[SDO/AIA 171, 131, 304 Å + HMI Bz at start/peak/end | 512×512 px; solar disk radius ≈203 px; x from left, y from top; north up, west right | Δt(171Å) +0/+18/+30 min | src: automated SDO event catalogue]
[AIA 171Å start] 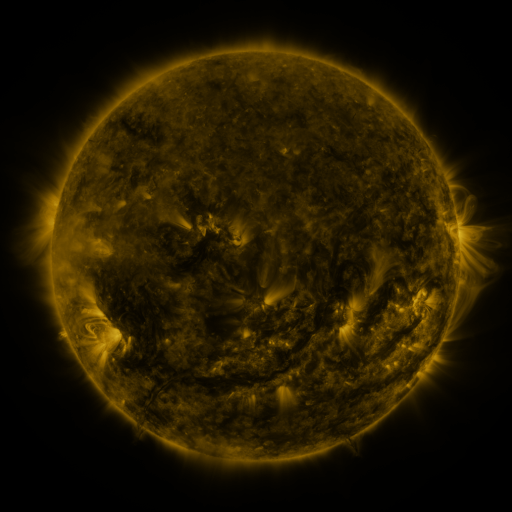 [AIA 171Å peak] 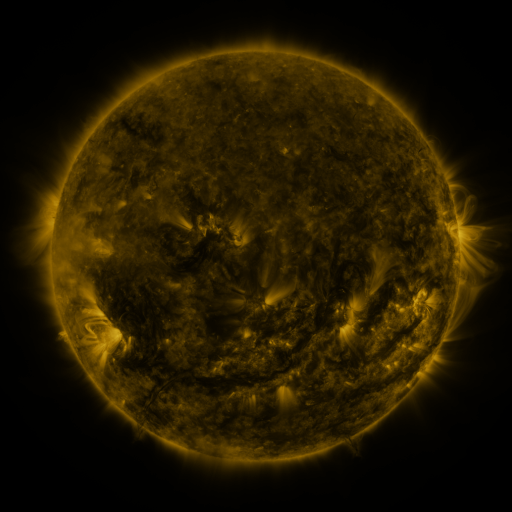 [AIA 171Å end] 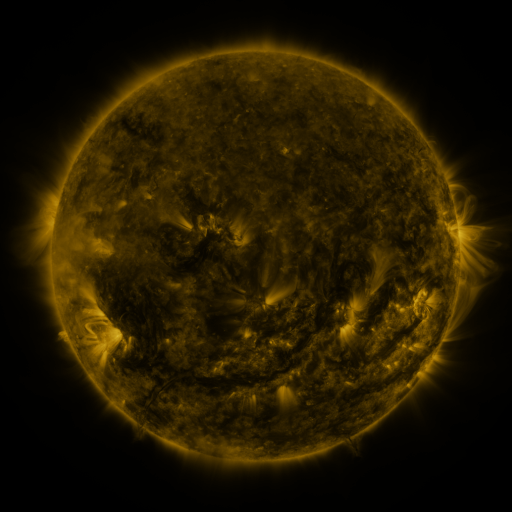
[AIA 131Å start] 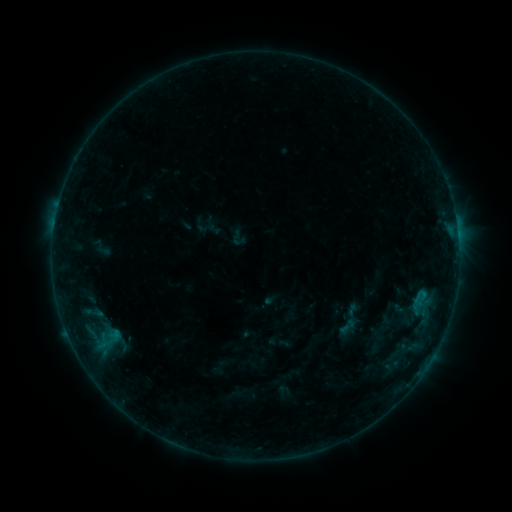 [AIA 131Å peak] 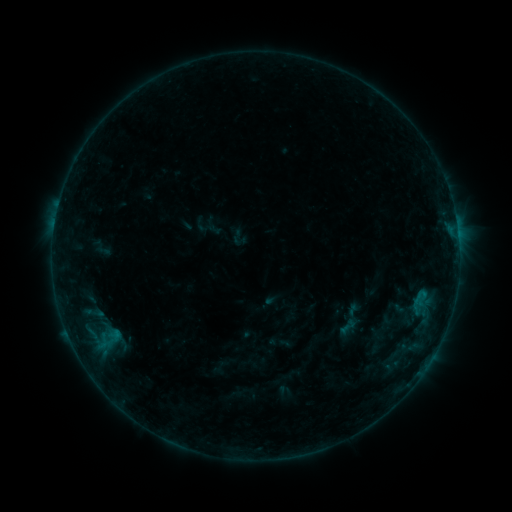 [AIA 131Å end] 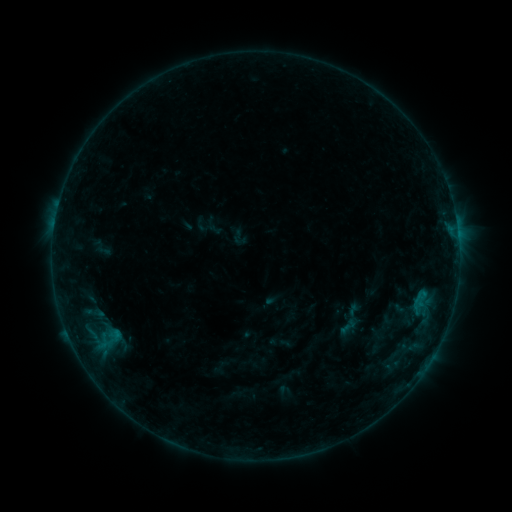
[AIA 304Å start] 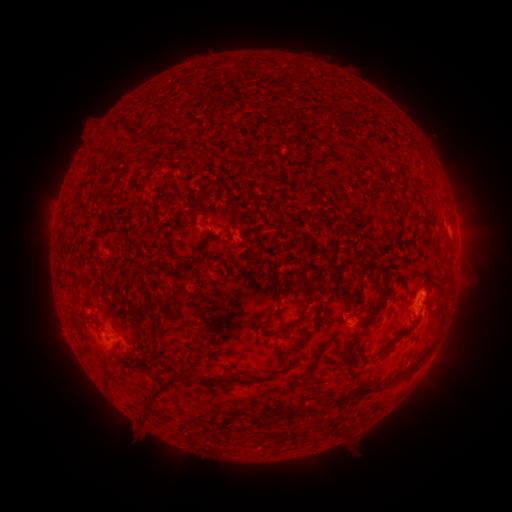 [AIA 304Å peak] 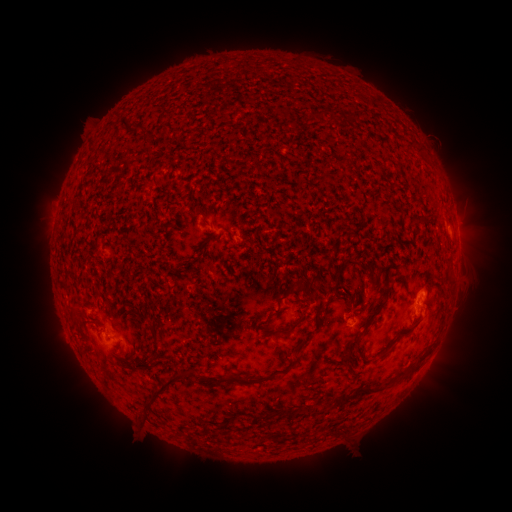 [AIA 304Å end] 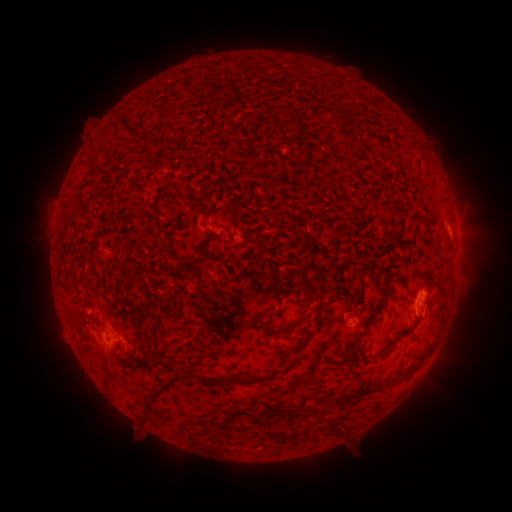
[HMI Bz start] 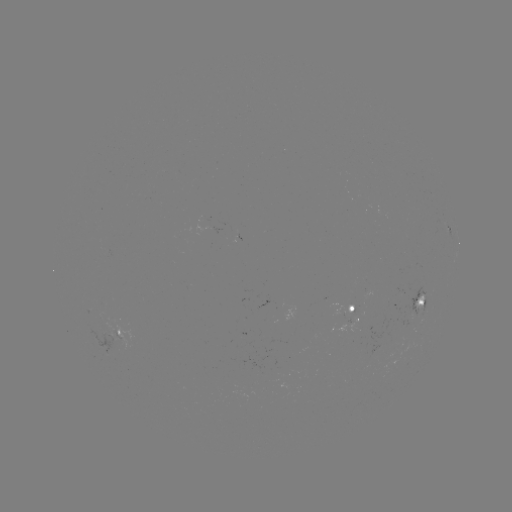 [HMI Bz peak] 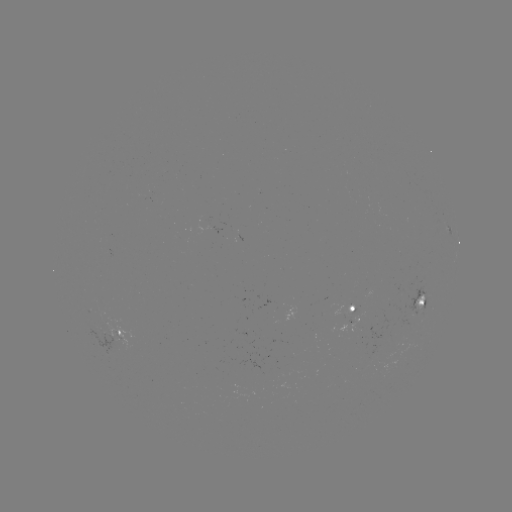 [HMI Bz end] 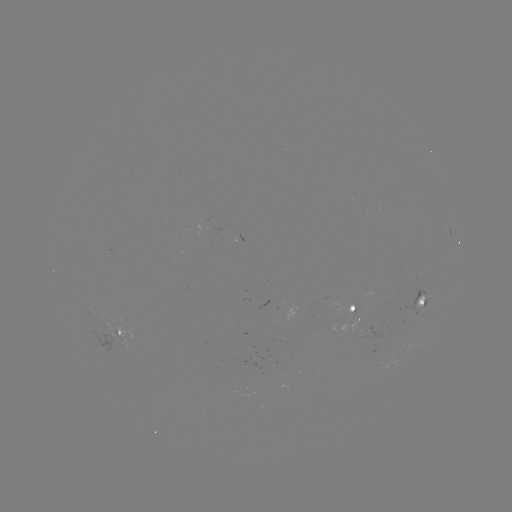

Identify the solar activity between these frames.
no classed flare was catalogued and no EUV brightening was flagged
